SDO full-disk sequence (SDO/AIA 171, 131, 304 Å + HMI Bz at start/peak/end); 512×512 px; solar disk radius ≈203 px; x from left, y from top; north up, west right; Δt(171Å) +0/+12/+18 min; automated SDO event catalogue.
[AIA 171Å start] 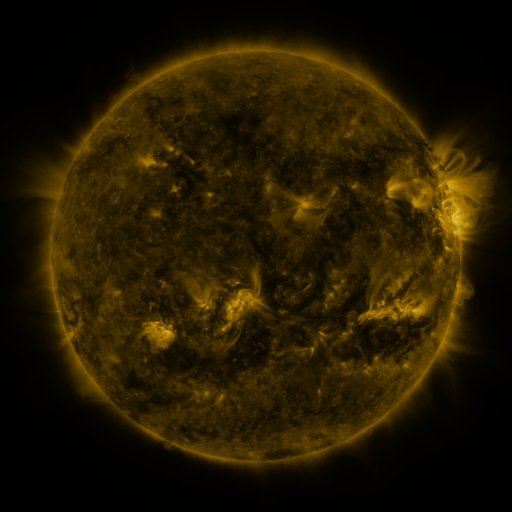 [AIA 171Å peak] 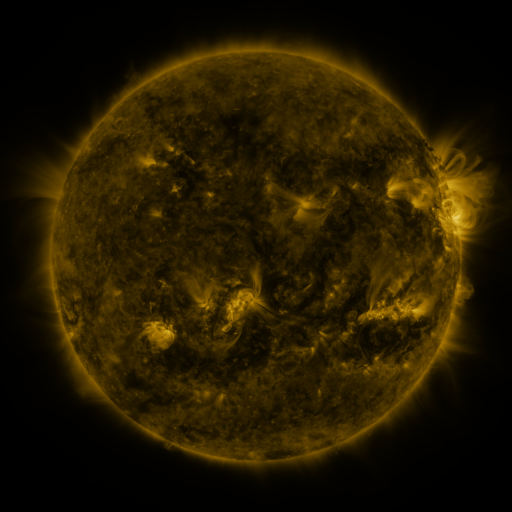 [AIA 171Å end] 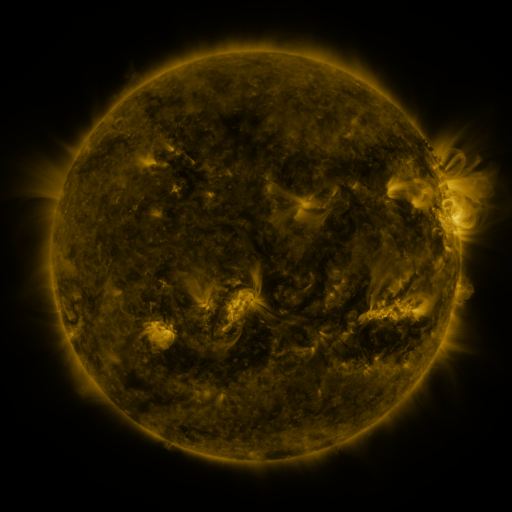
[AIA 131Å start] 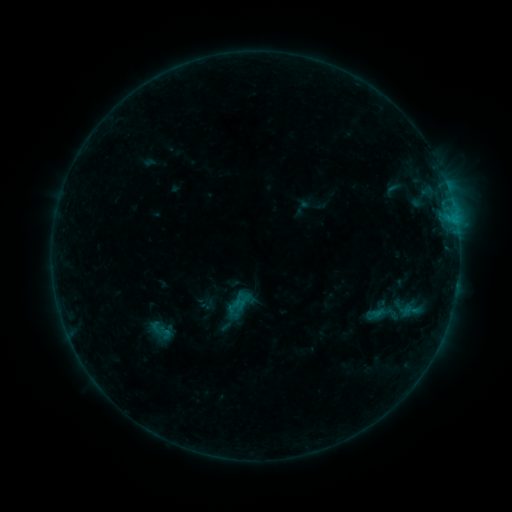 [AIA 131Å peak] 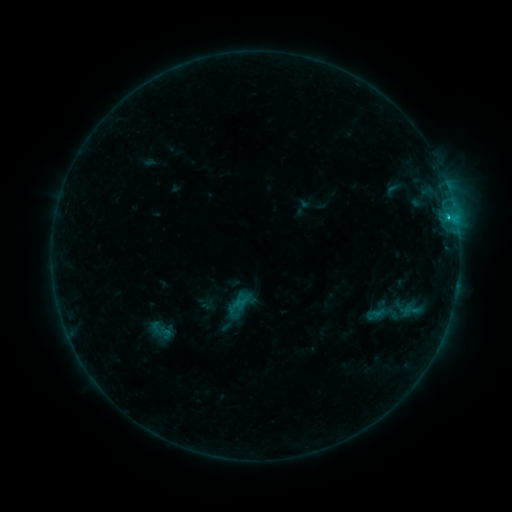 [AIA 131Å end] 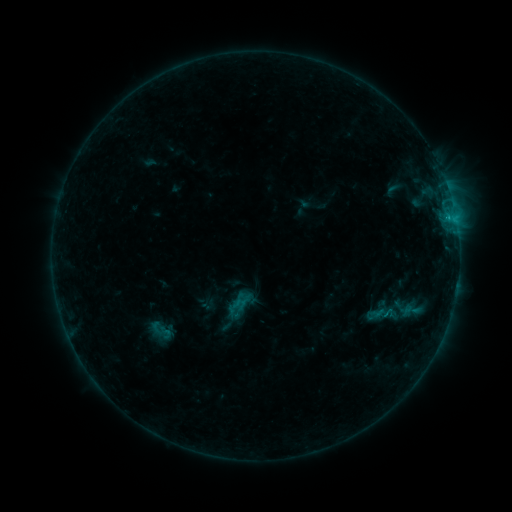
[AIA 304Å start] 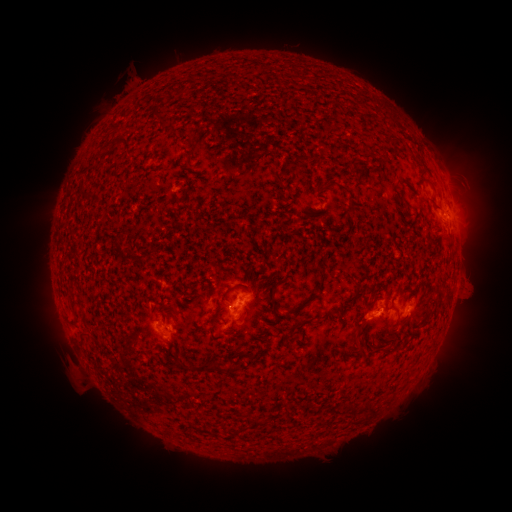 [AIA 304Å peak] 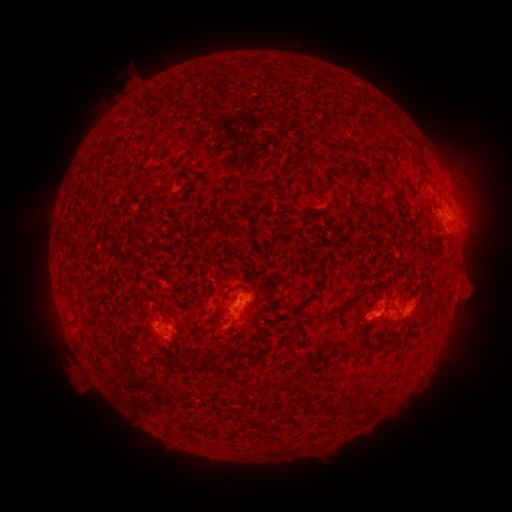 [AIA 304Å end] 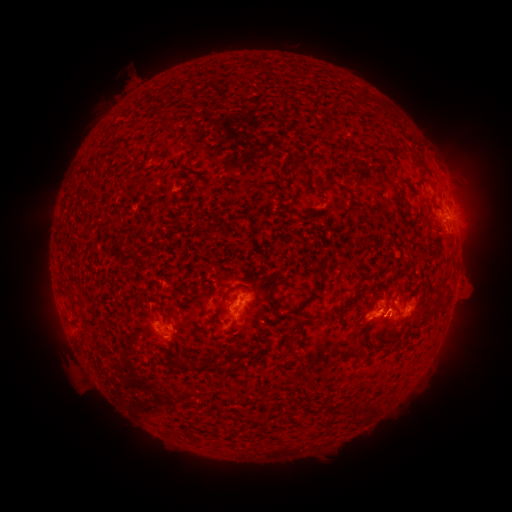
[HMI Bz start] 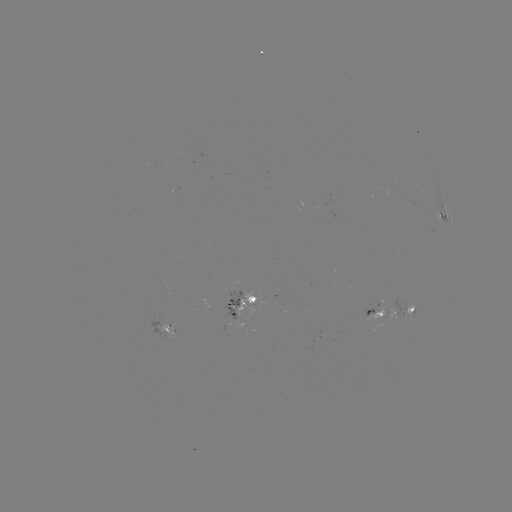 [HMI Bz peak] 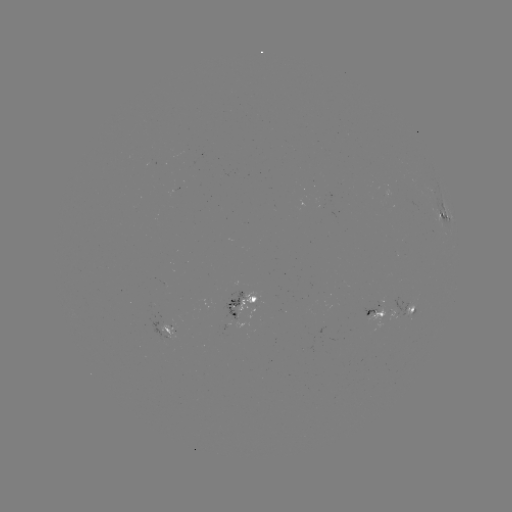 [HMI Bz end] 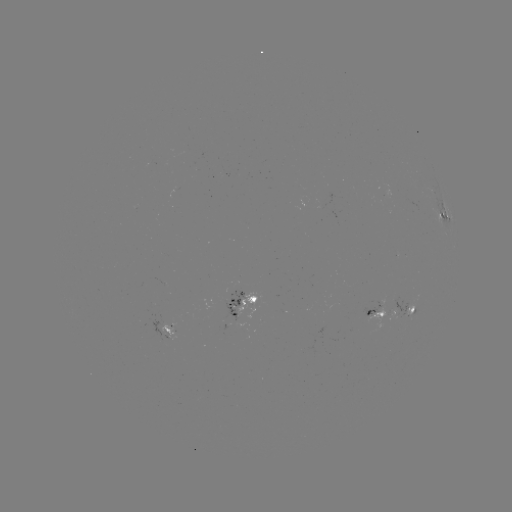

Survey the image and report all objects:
B7.7 flare: (448, 218)
